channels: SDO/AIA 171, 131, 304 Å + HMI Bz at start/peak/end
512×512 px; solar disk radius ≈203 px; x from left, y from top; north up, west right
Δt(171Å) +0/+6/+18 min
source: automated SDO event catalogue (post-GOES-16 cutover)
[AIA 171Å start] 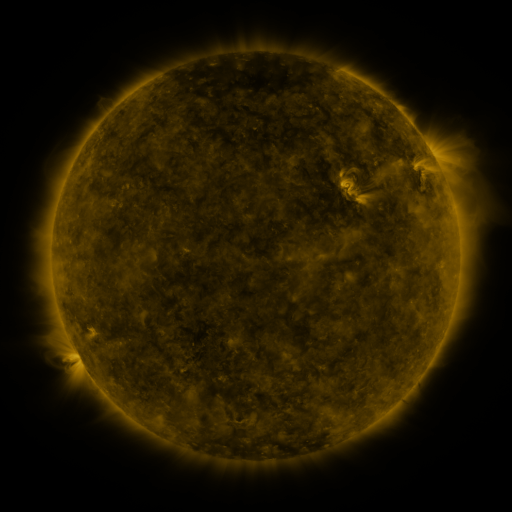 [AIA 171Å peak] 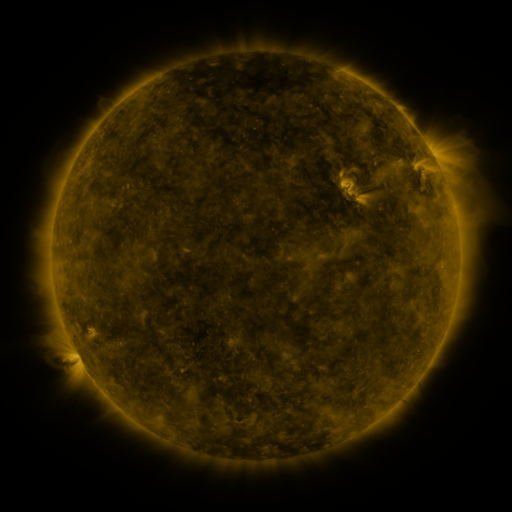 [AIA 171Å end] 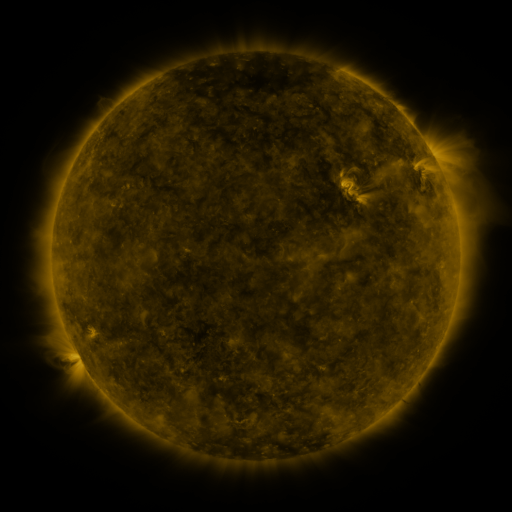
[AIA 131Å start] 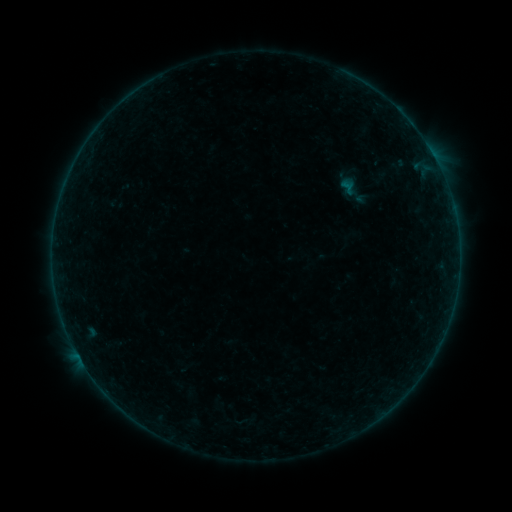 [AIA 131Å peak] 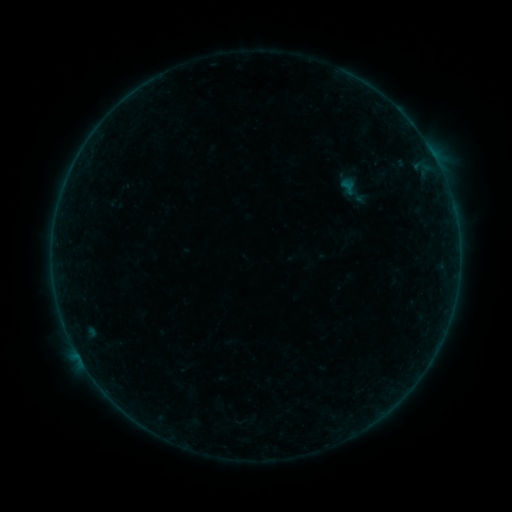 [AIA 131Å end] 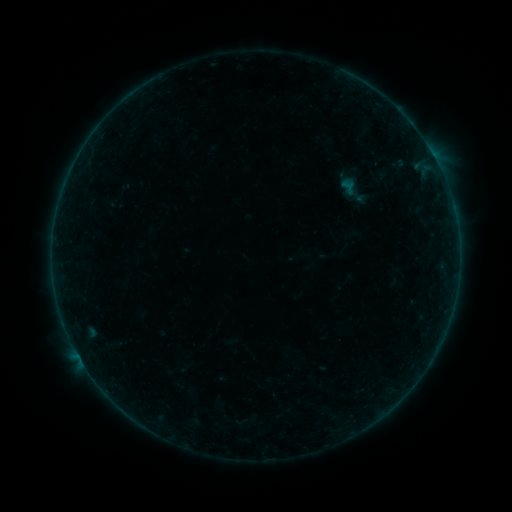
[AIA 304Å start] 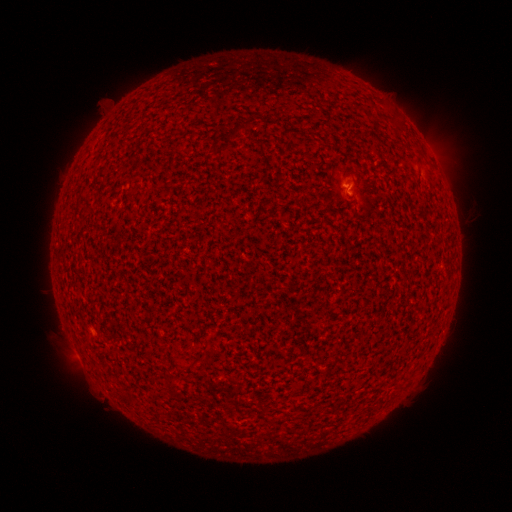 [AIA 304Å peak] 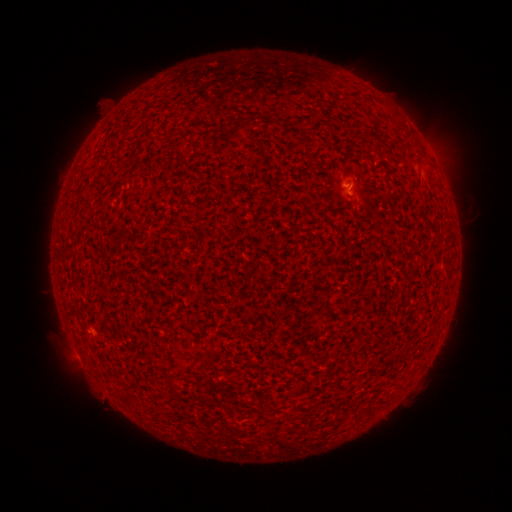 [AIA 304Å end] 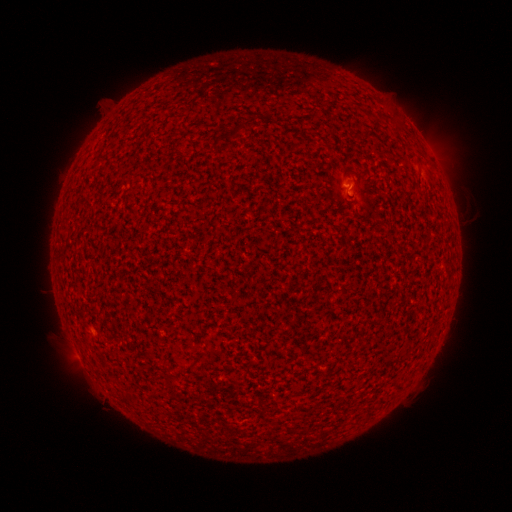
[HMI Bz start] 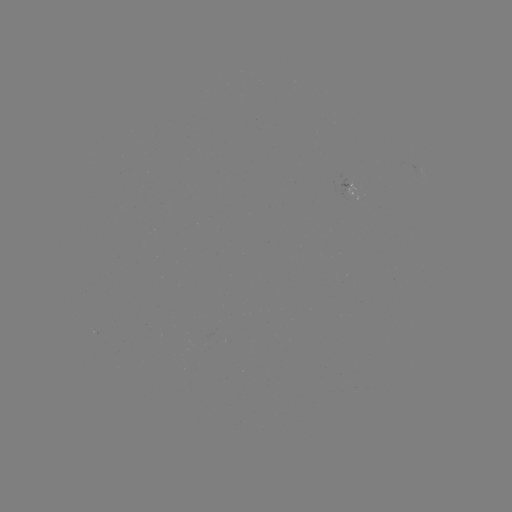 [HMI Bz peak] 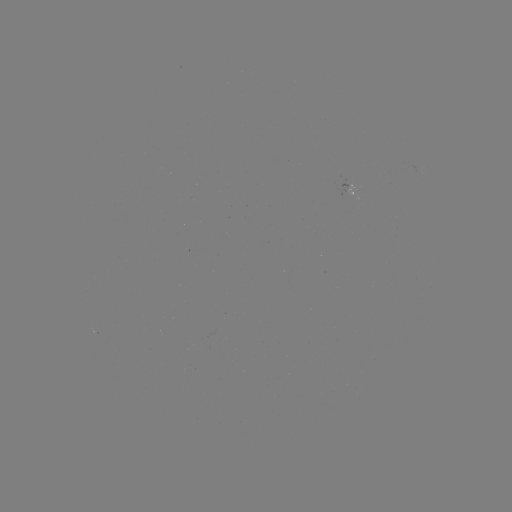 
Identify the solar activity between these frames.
B1.0 flare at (348, 188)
